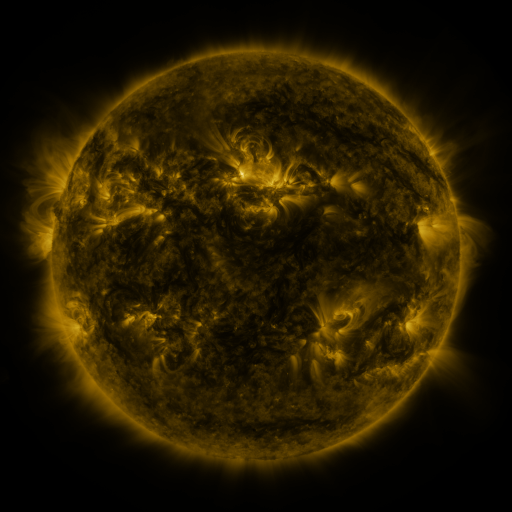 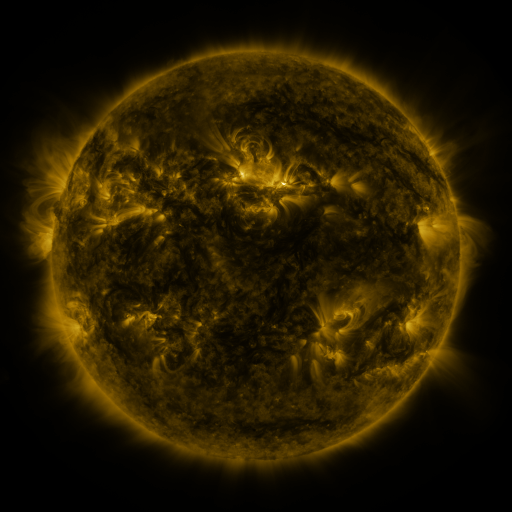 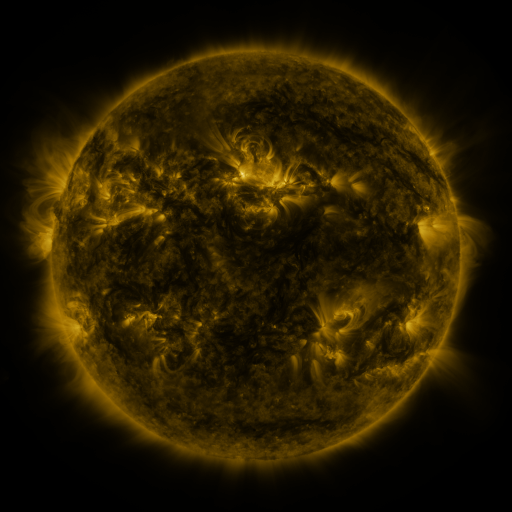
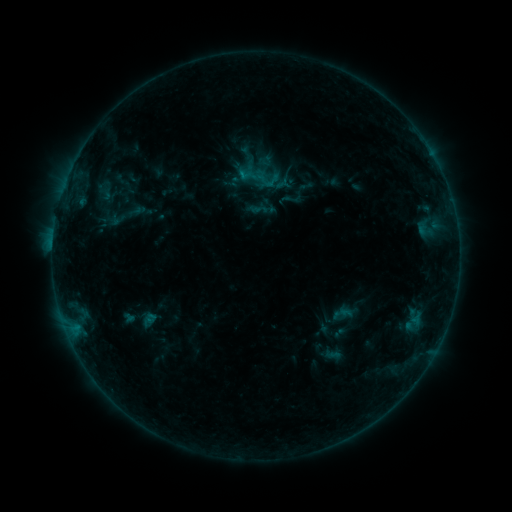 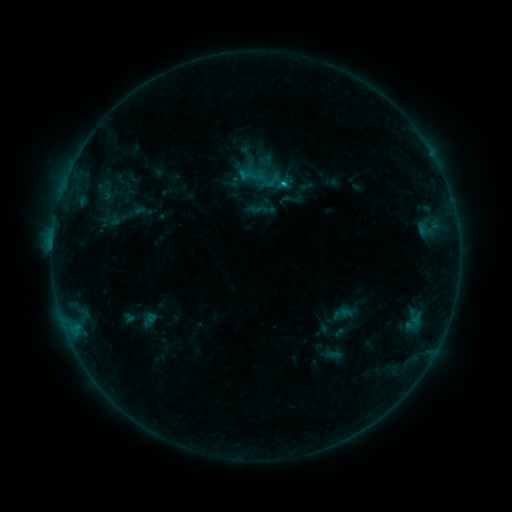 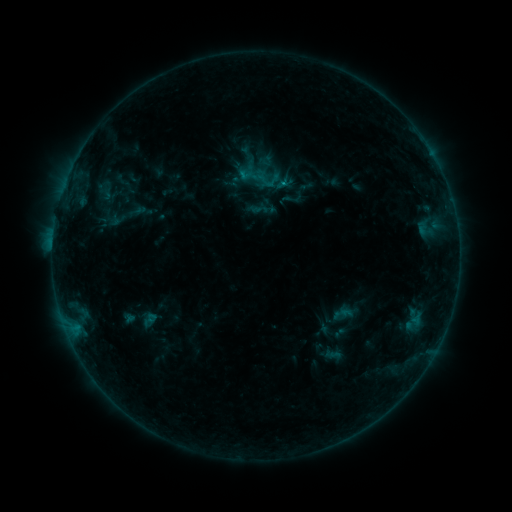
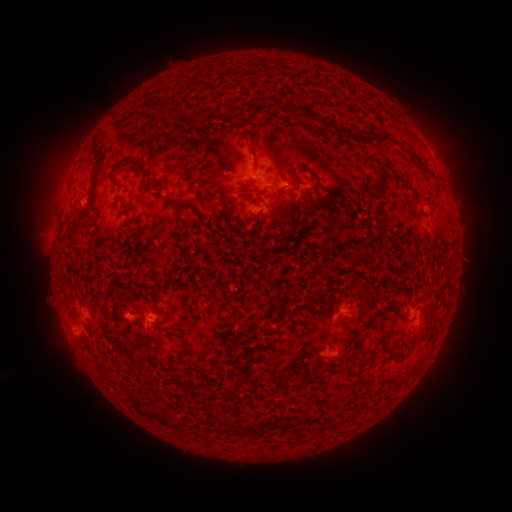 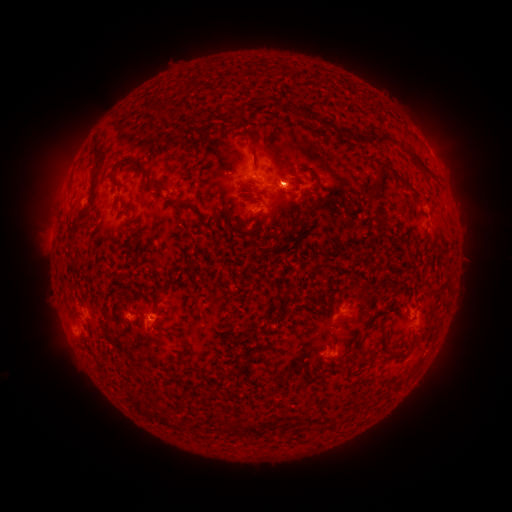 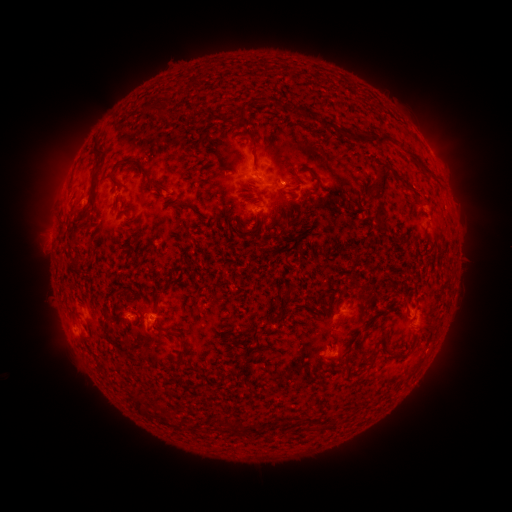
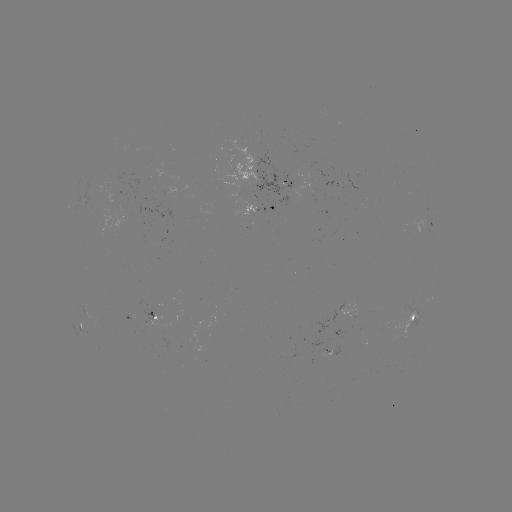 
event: flare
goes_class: B7.0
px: (282, 185)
